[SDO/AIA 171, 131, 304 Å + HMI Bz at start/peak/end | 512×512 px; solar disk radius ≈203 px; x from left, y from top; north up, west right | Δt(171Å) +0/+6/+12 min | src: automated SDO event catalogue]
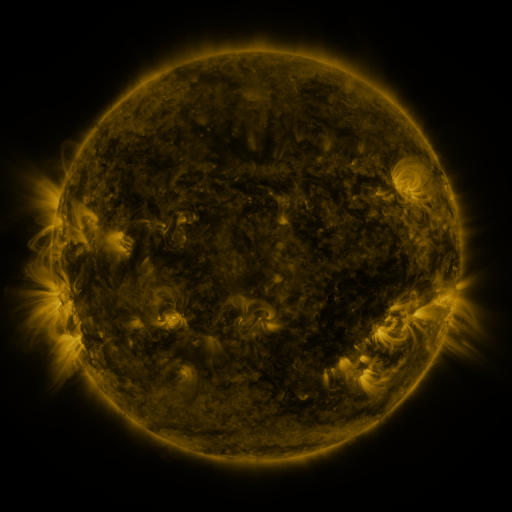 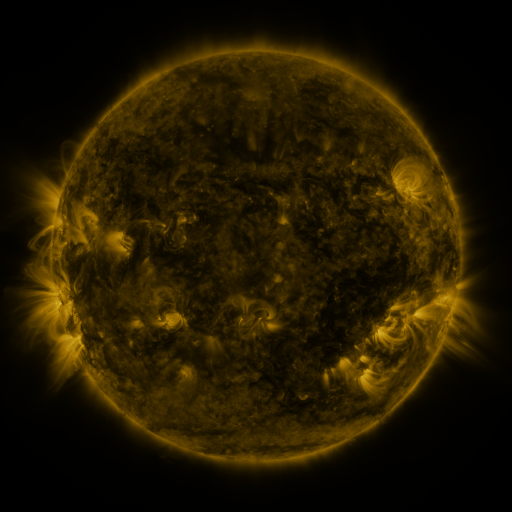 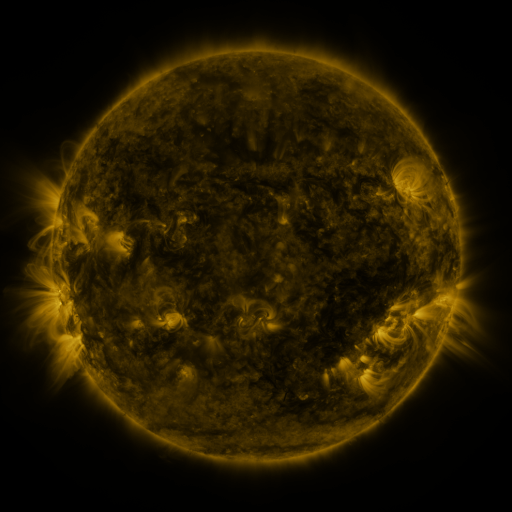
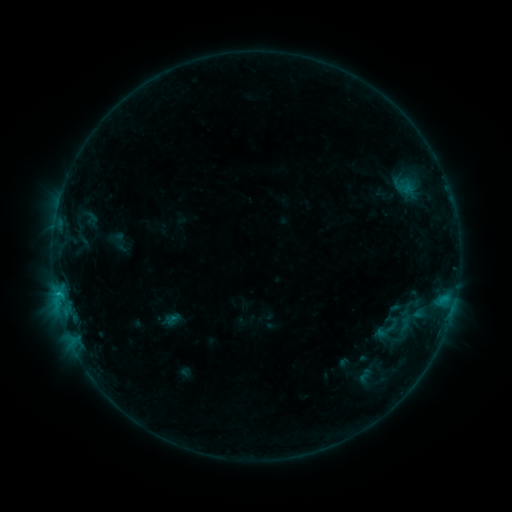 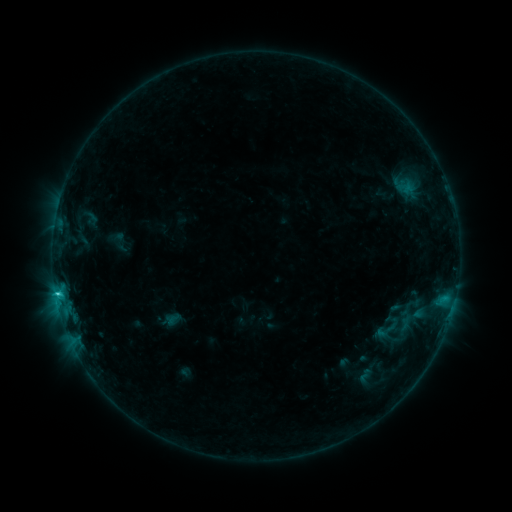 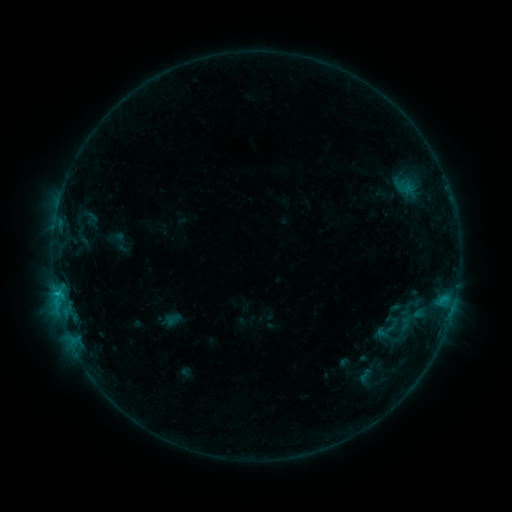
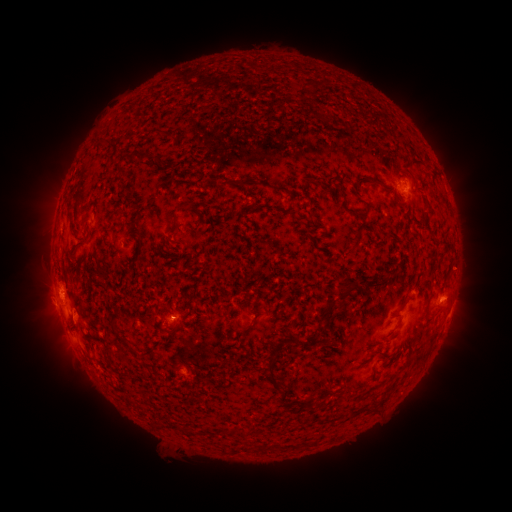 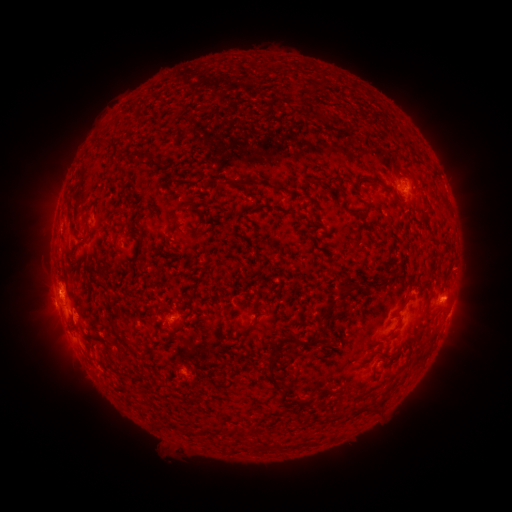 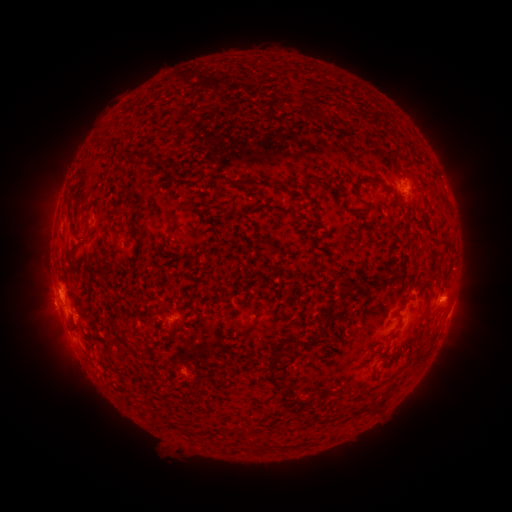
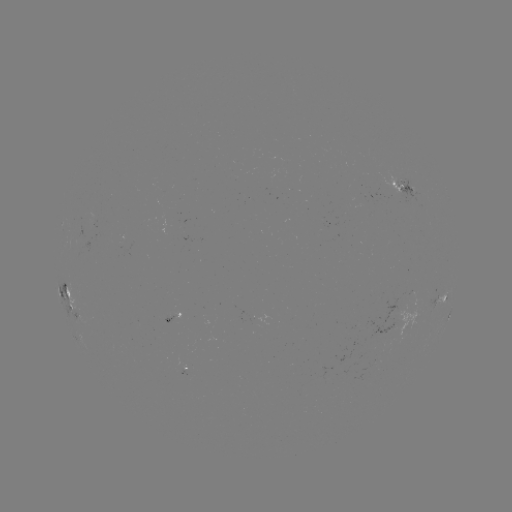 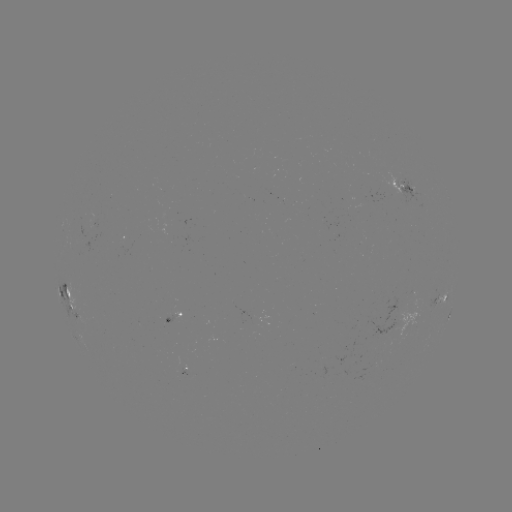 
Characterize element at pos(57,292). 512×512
C1.1 flare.